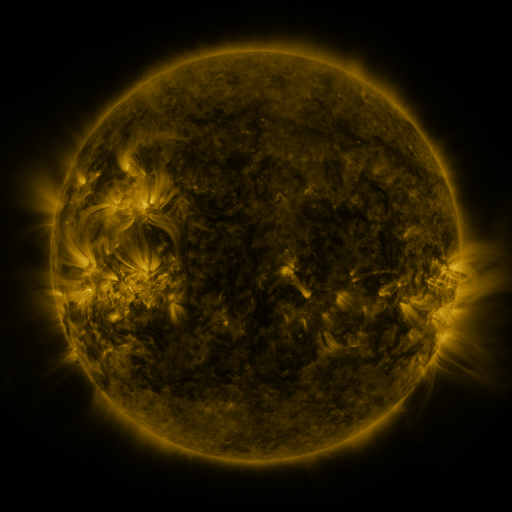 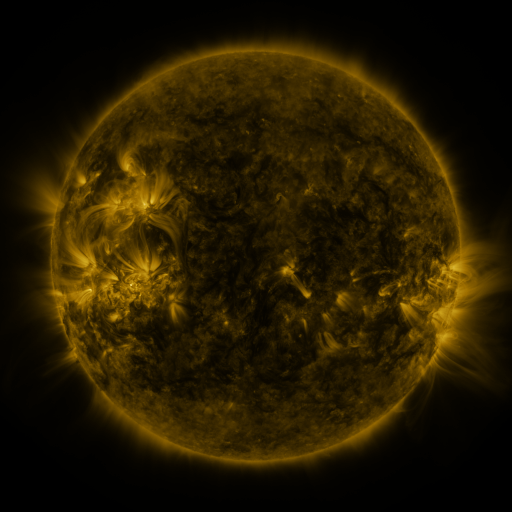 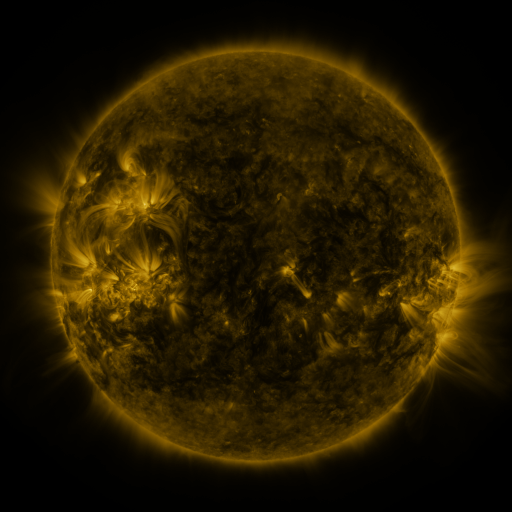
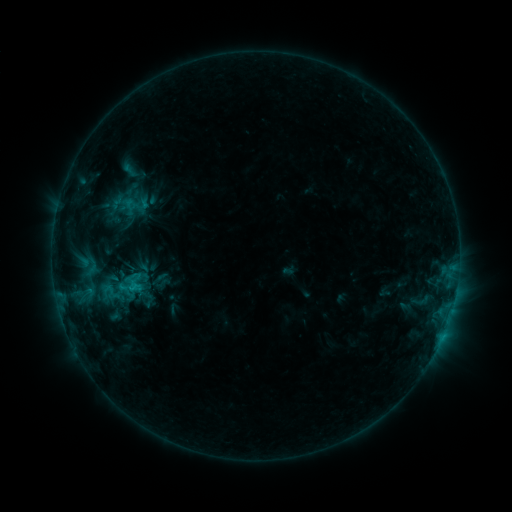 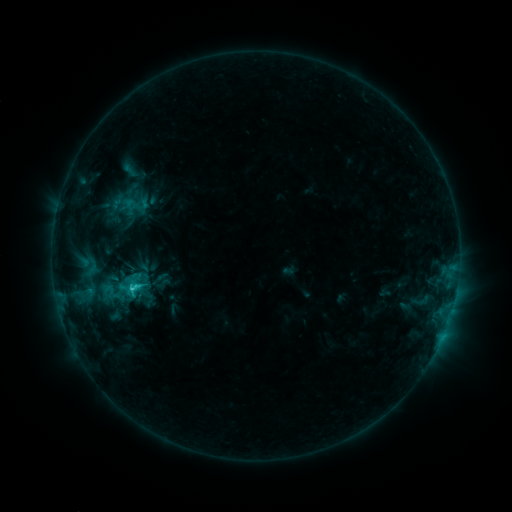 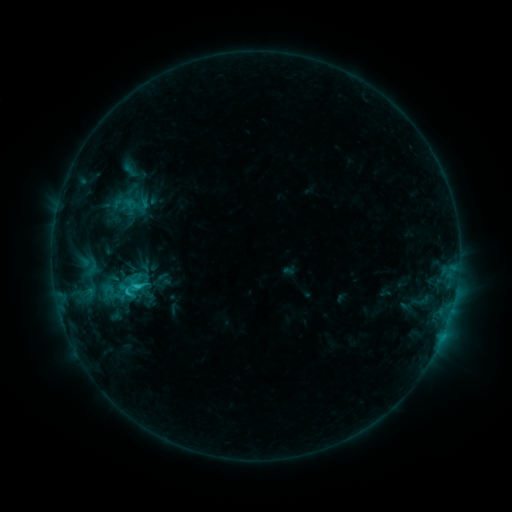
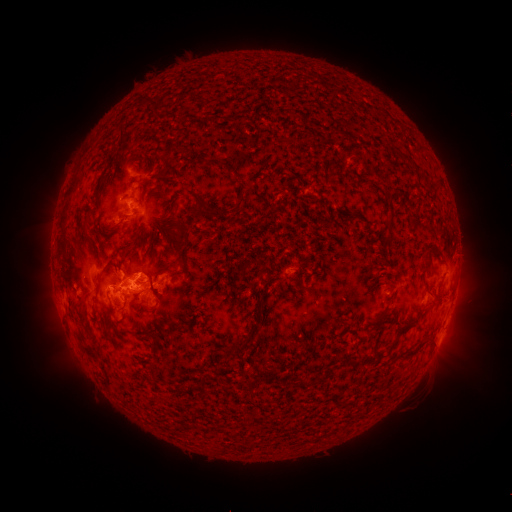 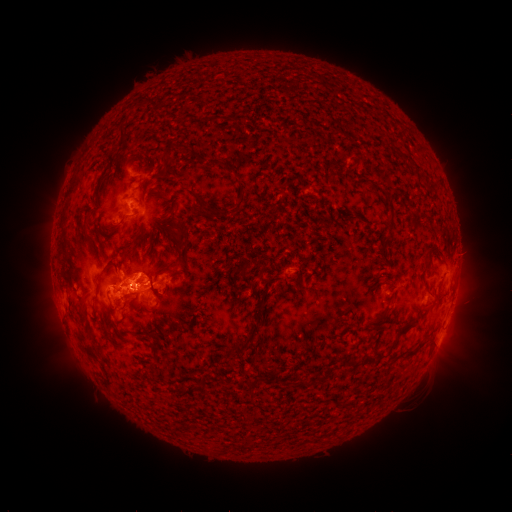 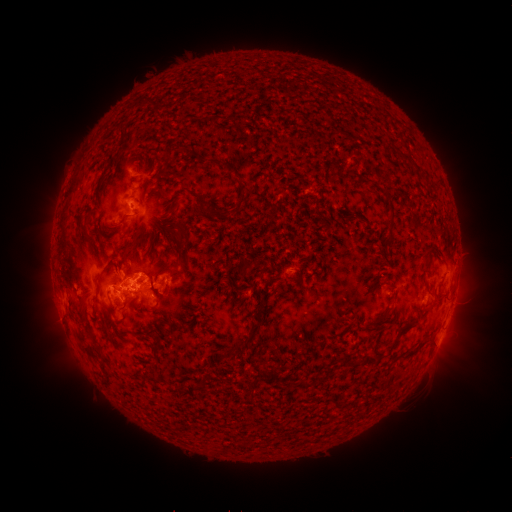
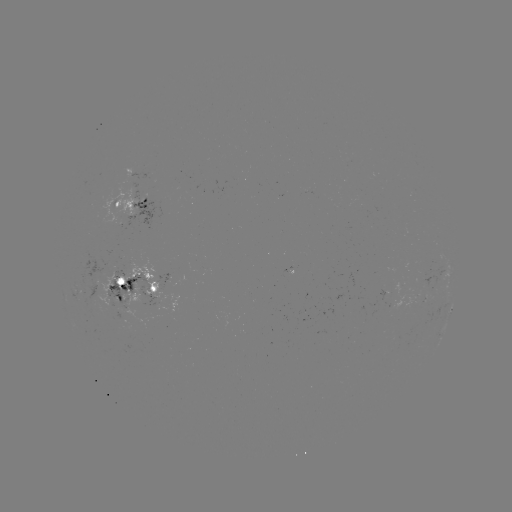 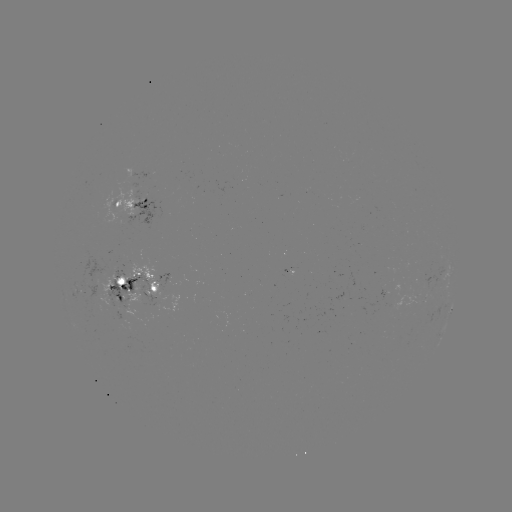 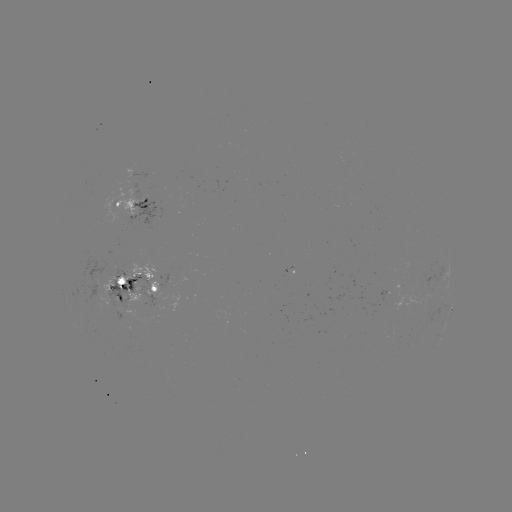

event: flare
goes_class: C2.3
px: (134, 288)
